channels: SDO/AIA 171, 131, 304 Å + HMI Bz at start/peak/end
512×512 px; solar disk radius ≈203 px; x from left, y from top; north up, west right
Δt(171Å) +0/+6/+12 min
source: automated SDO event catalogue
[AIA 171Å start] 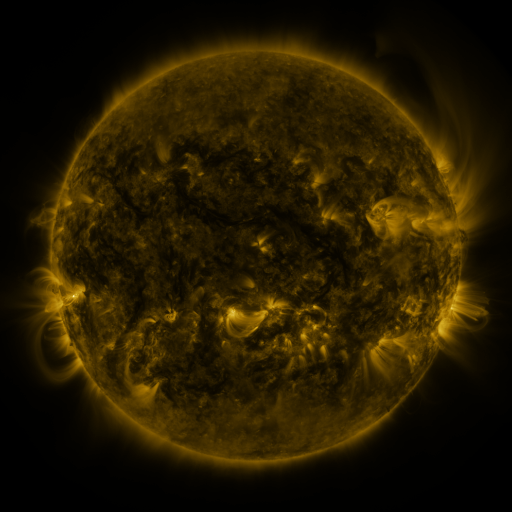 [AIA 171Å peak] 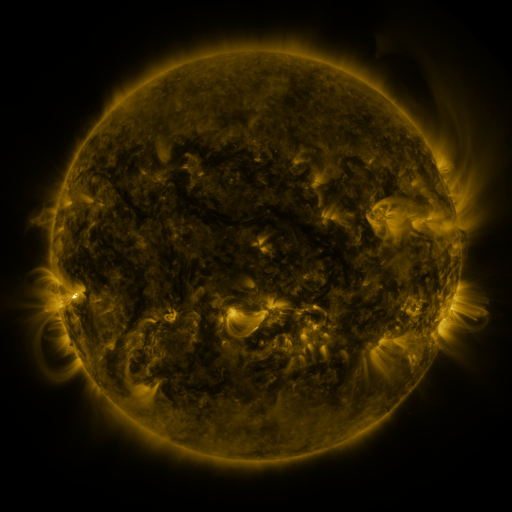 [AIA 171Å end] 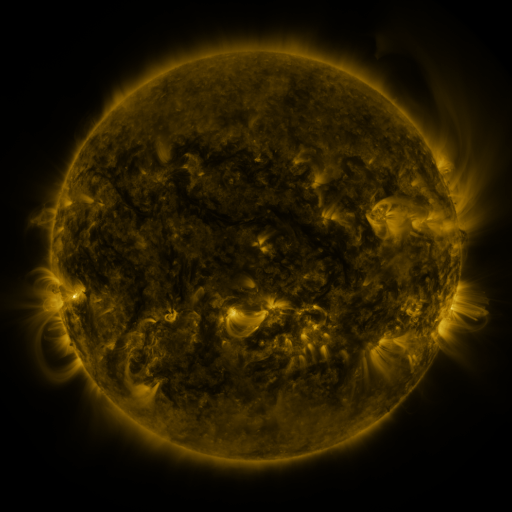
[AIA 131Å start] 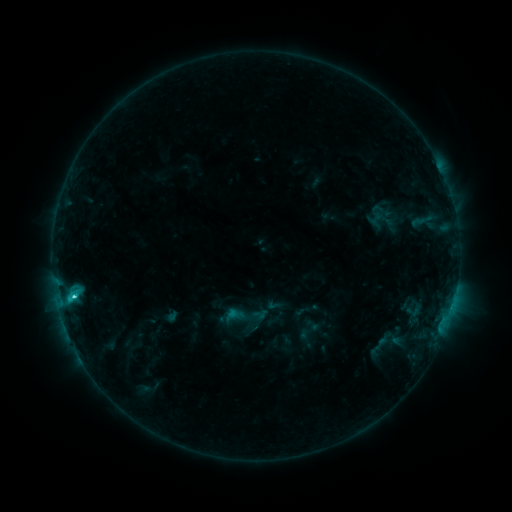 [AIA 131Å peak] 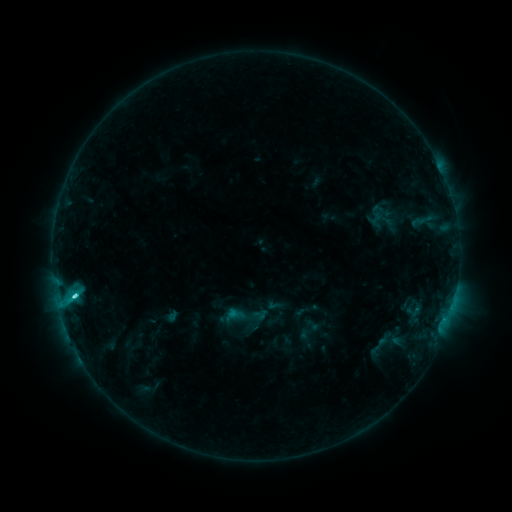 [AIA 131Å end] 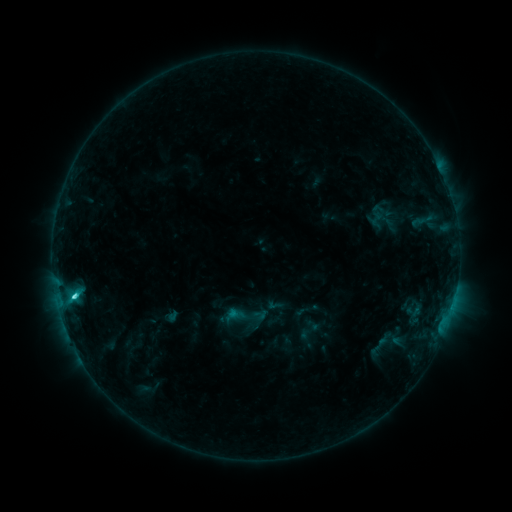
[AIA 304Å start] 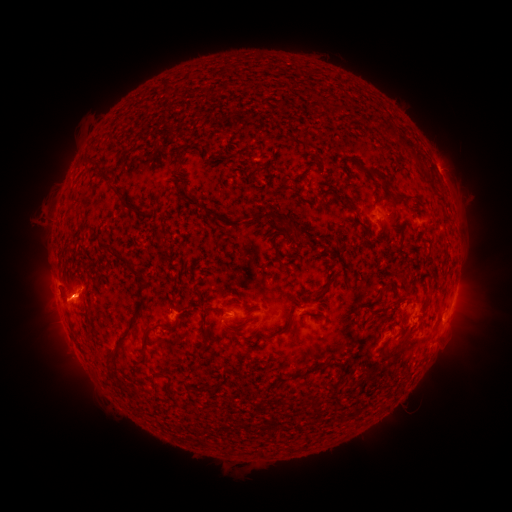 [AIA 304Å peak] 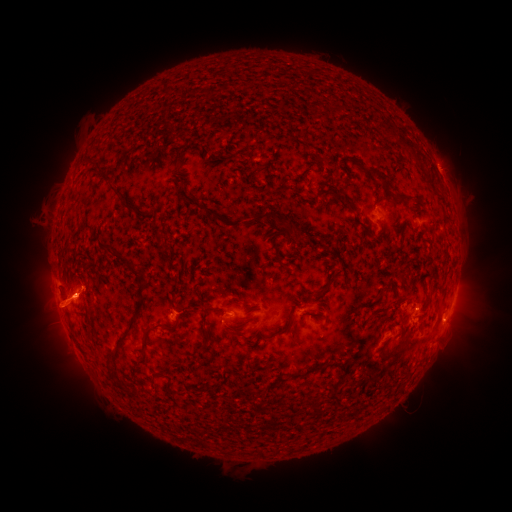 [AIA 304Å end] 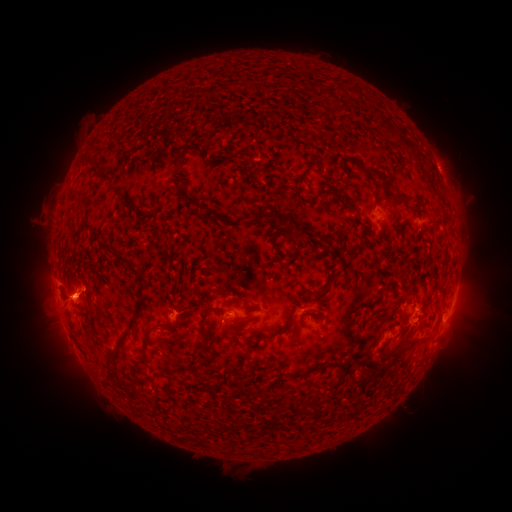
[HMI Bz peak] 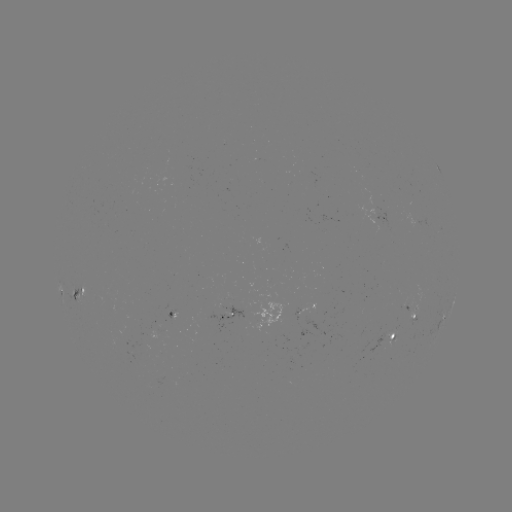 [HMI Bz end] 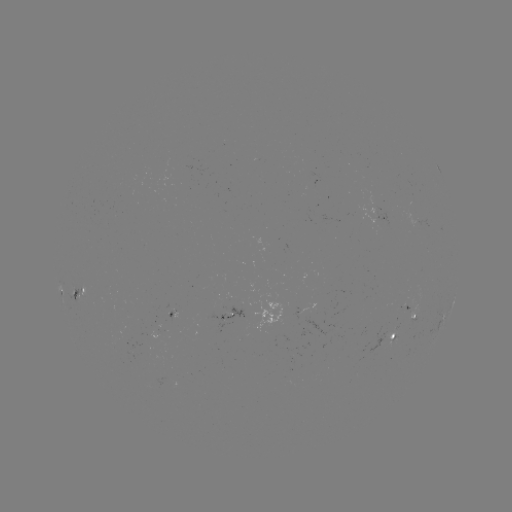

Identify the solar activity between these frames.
eruption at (54, 309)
